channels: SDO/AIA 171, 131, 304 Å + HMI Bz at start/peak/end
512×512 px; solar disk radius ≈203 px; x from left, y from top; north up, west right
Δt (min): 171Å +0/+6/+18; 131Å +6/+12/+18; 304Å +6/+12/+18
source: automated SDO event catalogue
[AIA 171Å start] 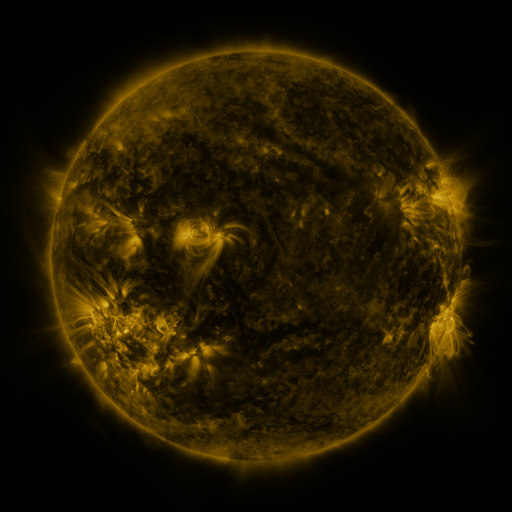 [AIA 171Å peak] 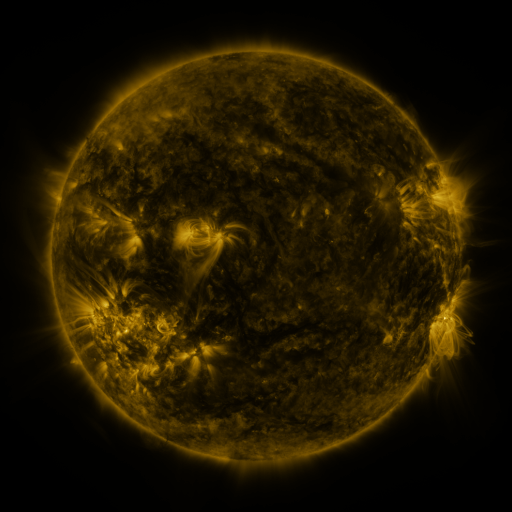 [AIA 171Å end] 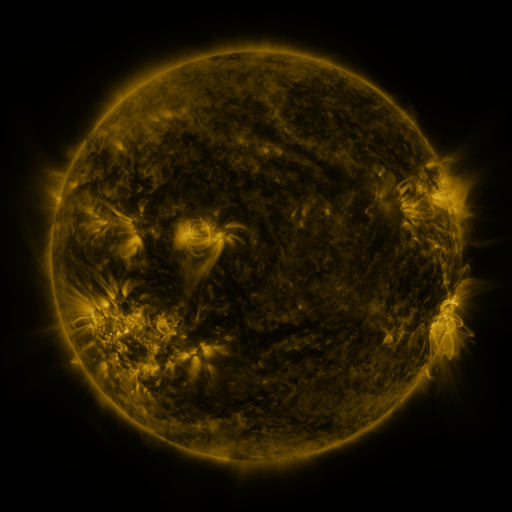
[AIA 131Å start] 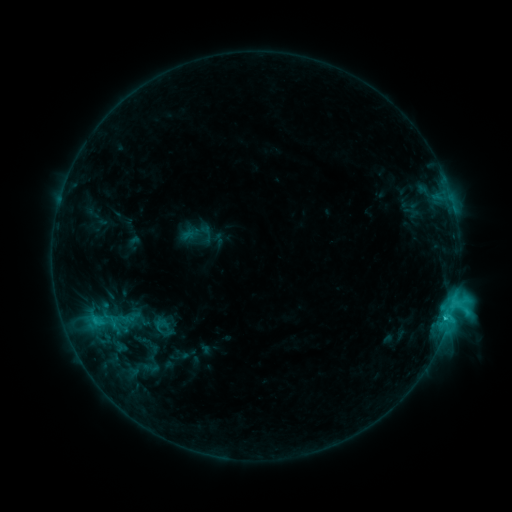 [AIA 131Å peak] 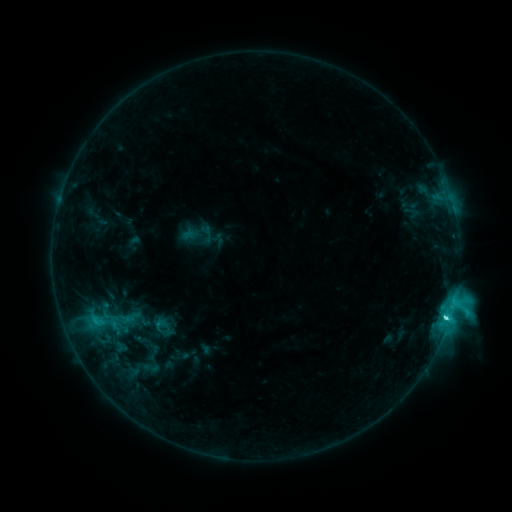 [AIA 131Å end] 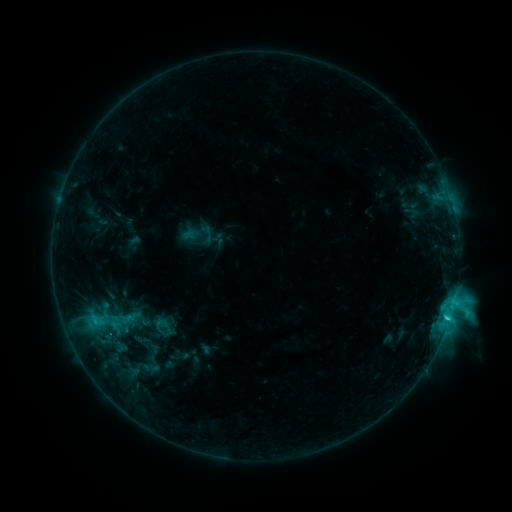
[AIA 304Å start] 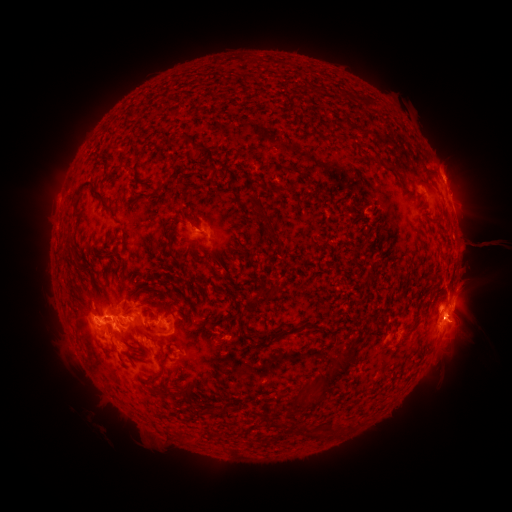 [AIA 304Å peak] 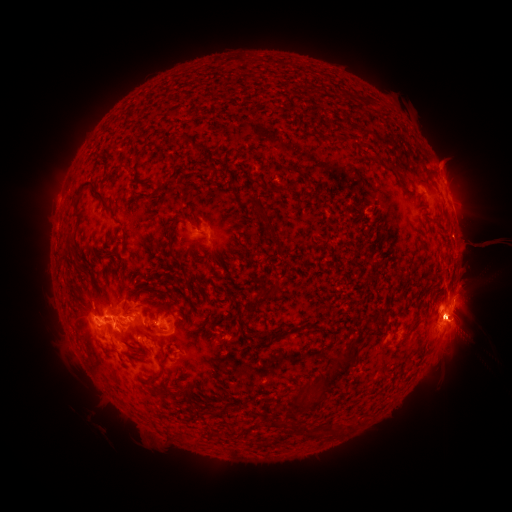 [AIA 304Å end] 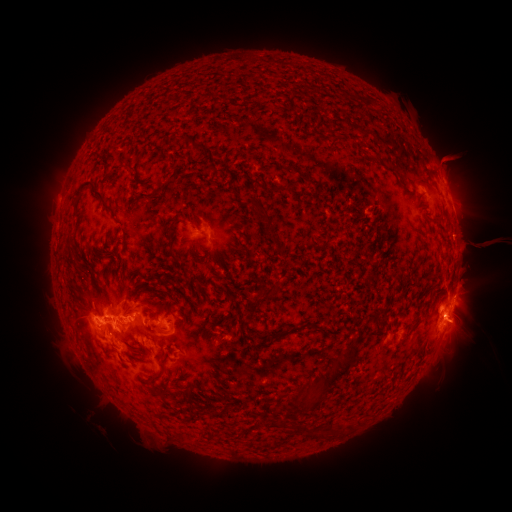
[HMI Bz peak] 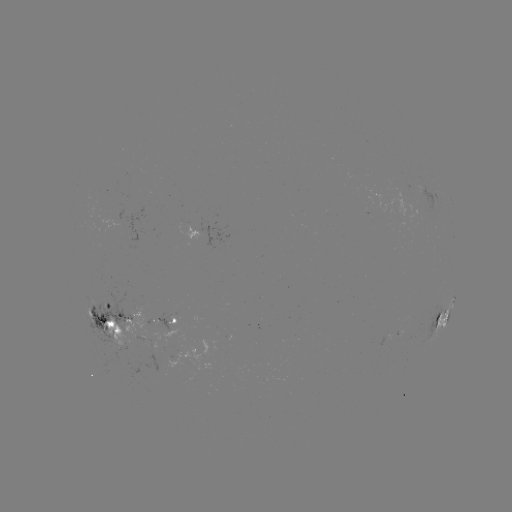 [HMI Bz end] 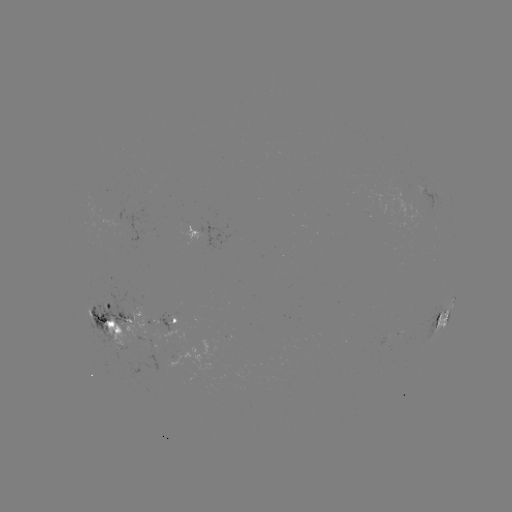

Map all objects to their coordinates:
eruption: (465, 317)
